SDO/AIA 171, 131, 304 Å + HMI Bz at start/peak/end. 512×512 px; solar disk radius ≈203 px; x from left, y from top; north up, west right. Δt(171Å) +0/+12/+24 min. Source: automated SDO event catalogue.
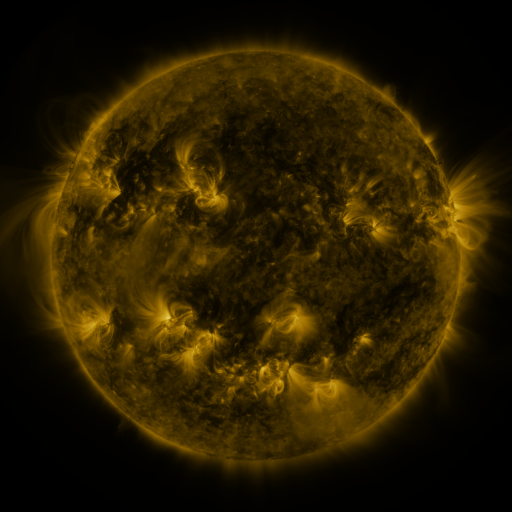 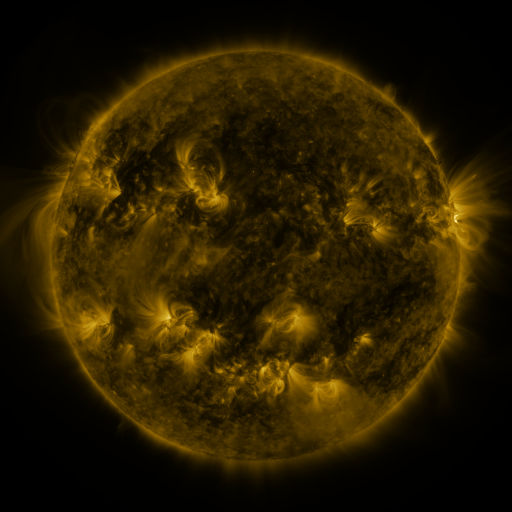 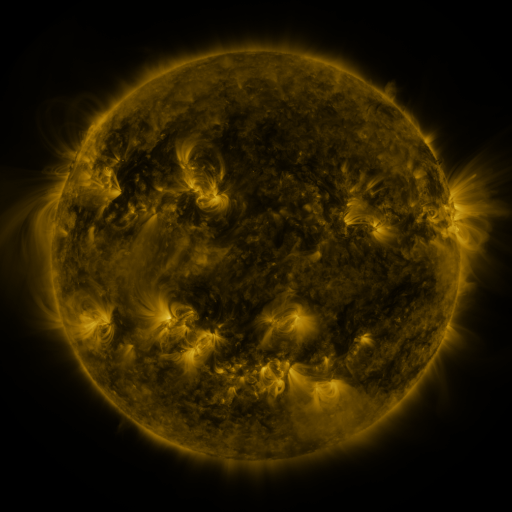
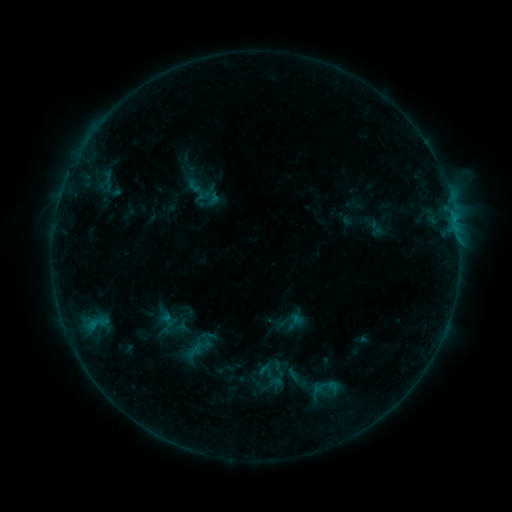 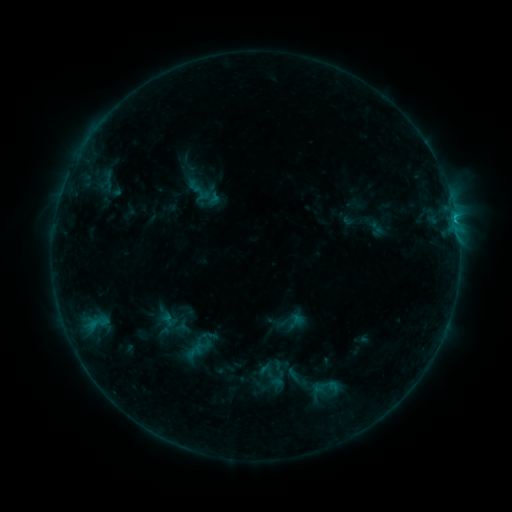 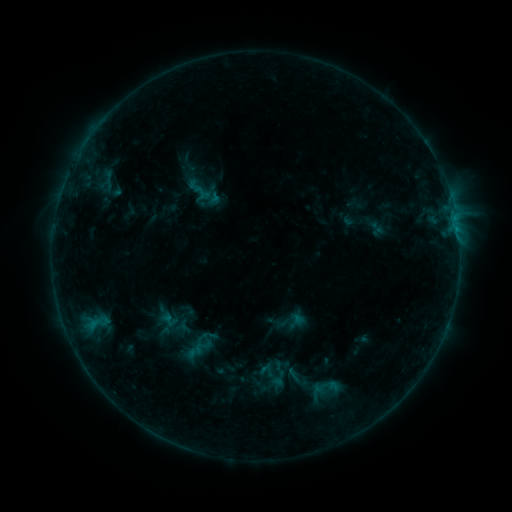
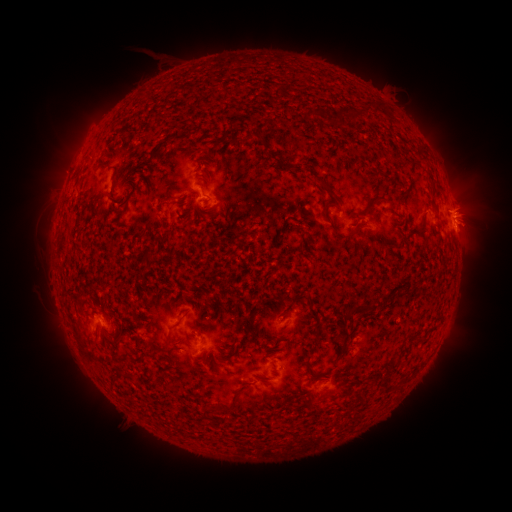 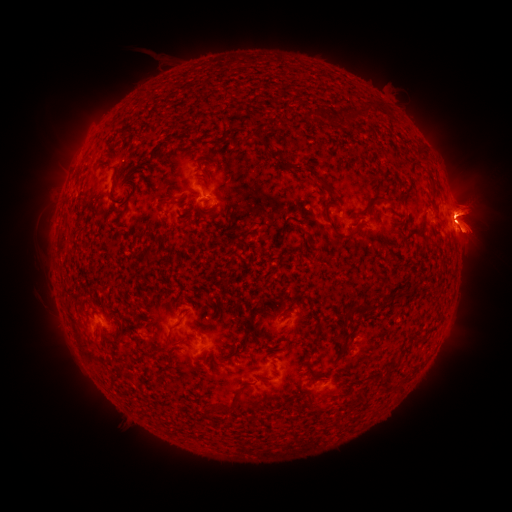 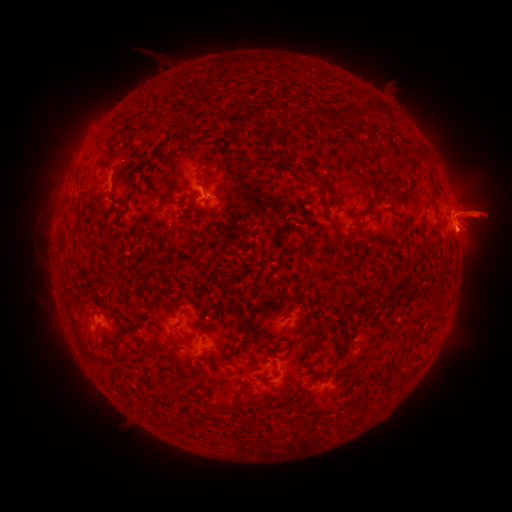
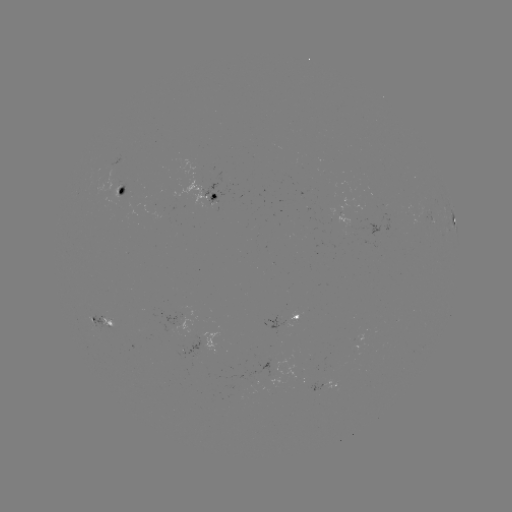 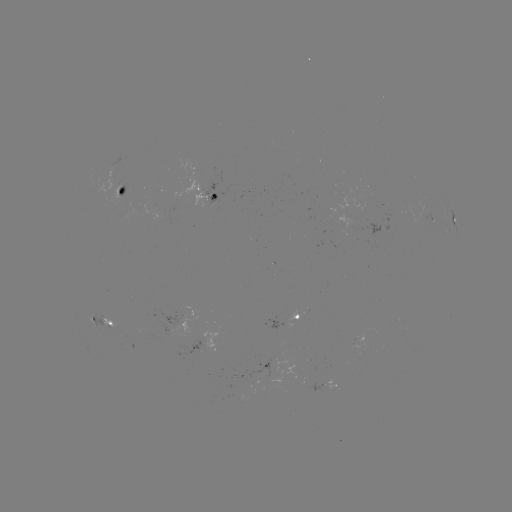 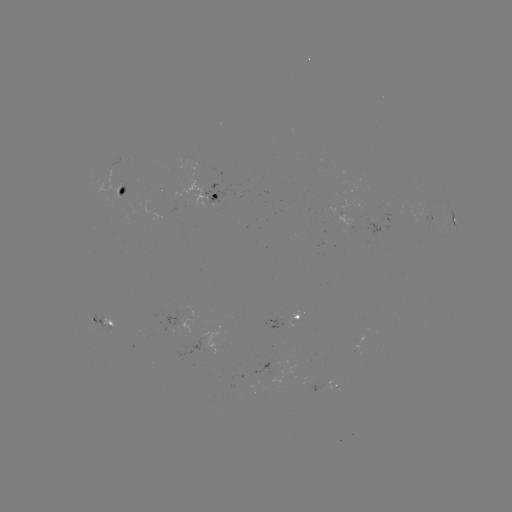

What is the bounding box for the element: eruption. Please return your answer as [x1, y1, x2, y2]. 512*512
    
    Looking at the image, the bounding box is [438, 175, 511, 267].